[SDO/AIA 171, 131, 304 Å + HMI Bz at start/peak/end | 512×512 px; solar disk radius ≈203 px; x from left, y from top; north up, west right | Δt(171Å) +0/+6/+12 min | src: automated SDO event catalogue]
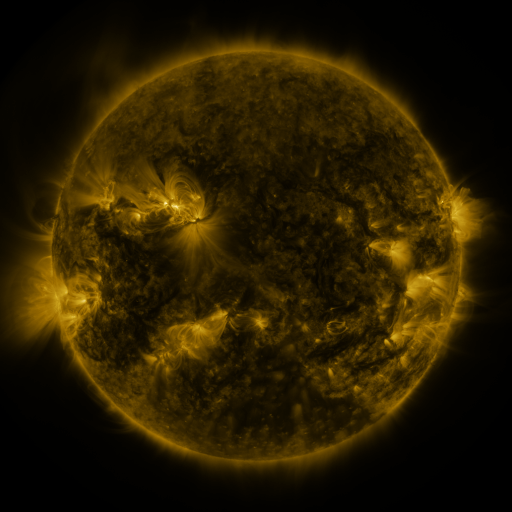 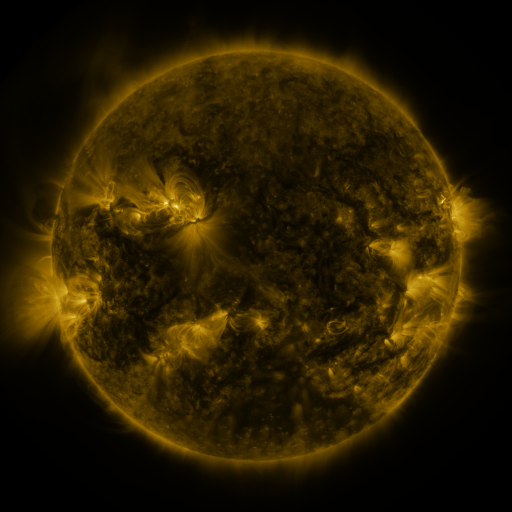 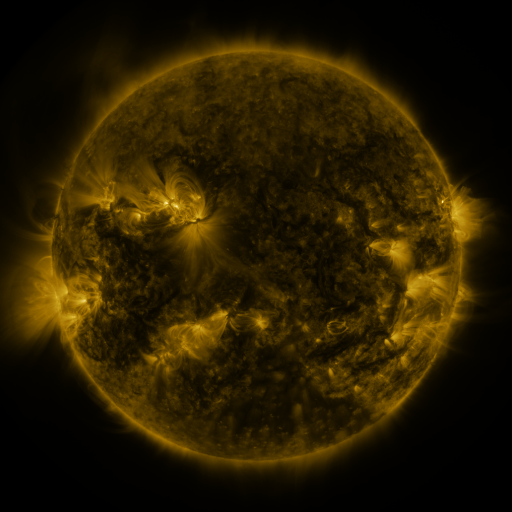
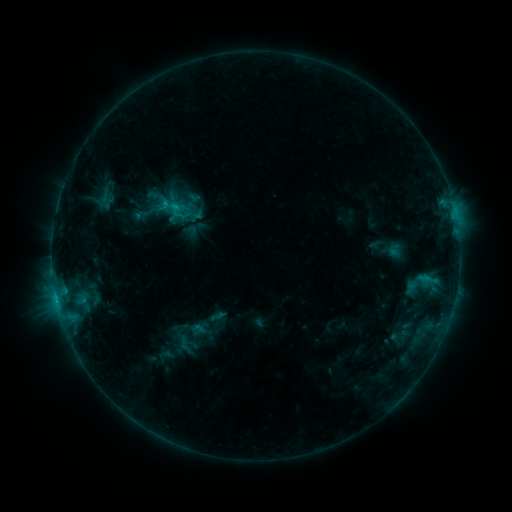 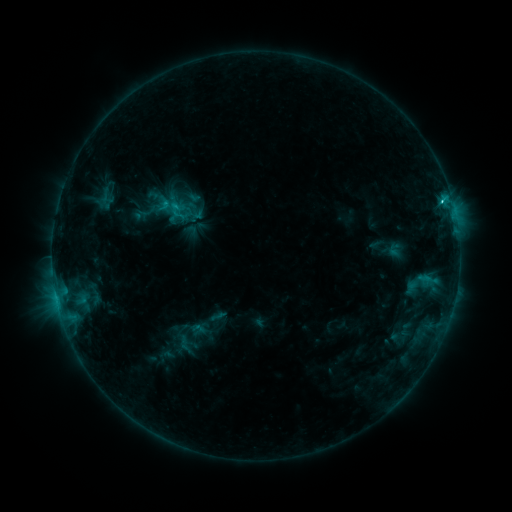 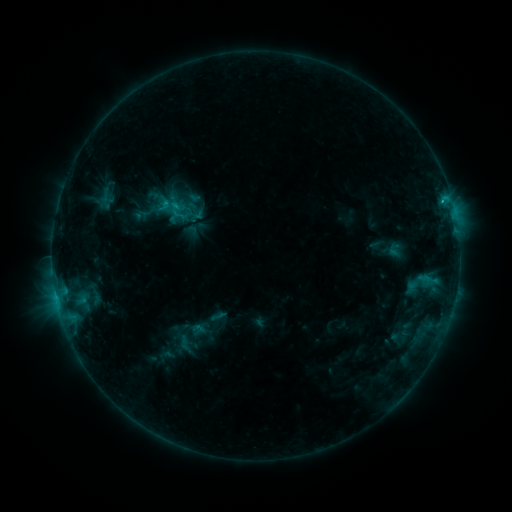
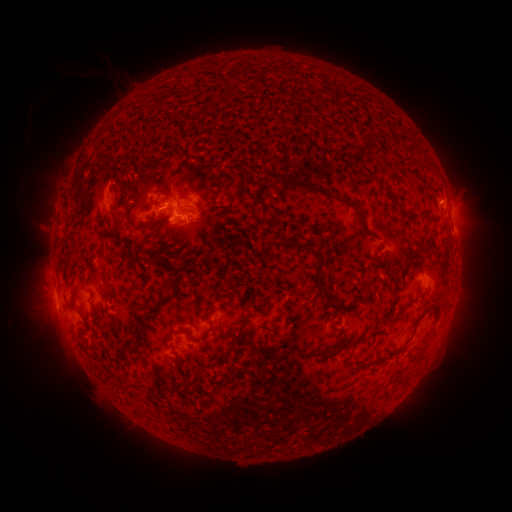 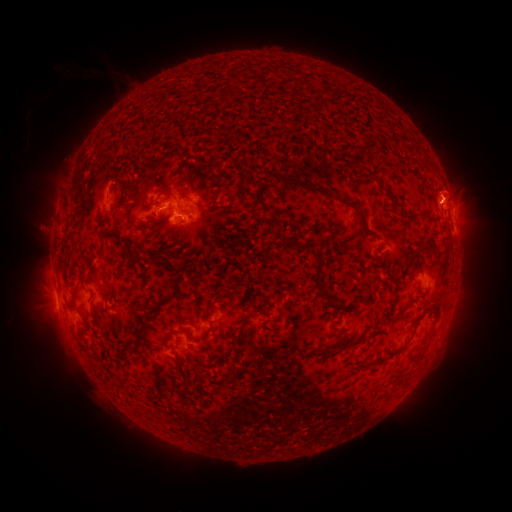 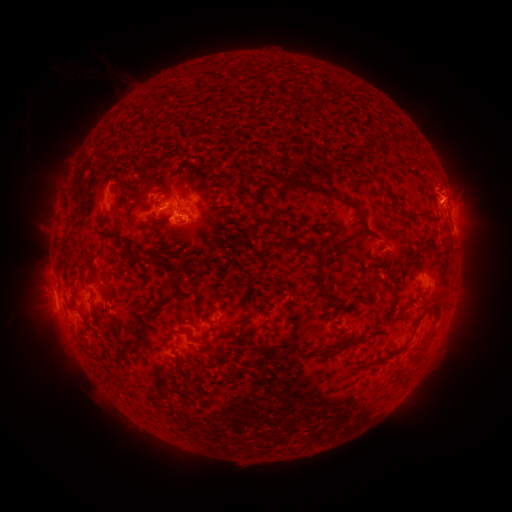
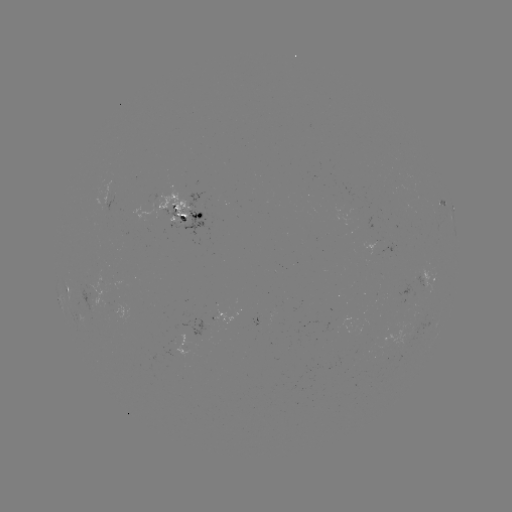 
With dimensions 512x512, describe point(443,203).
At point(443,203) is C1.7 flare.